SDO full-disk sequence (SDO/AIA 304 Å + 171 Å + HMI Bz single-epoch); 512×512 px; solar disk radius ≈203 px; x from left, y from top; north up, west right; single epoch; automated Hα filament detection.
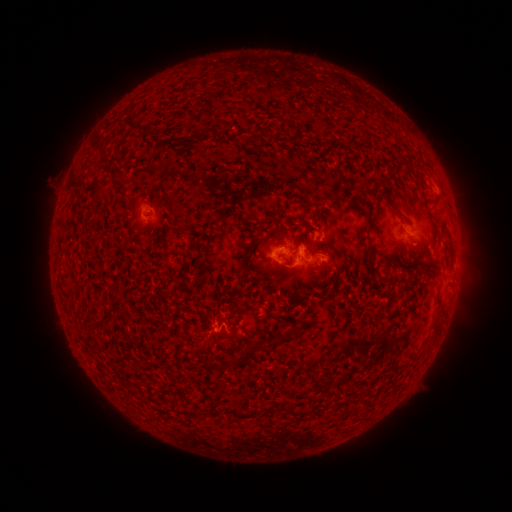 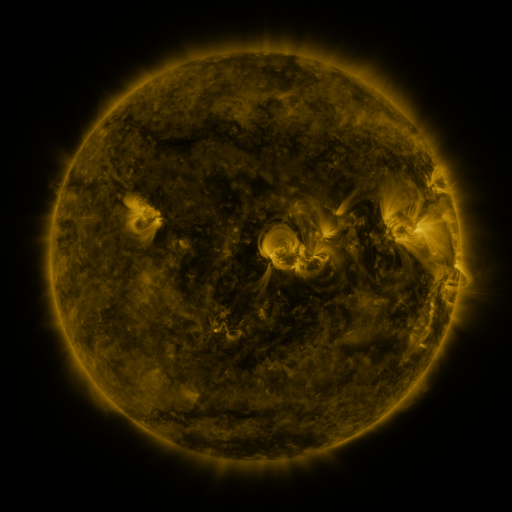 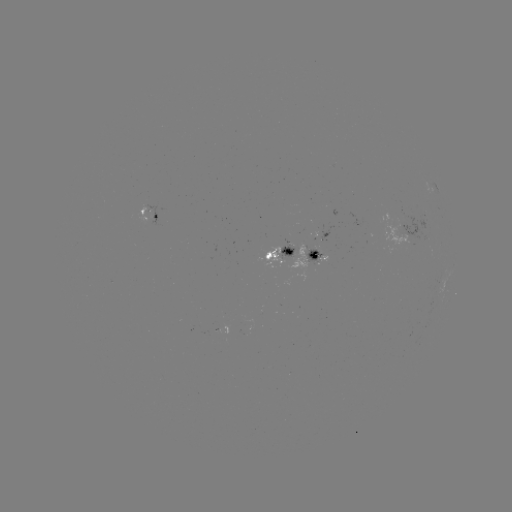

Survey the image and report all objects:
filament: <bbox>123, 119, 144, 134</bbox>
filament: <bbox>182, 128, 207, 142</bbox>
filament: <bbox>93, 142, 102, 152</bbox>
filament: <bbox>416, 172, 427, 186</bbox>
filament: <bbox>178, 222, 196, 231</bbox>
filament: <bbox>284, 247, 294, 256</bbox>
filament: <bbox>240, 253, 250, 268</bbox>
filament: <bbox>228, 276, 246, 313</bbox>
filament: <bbox>433, 307, 442, 326</bbox>
filament: <bbox>90, 311, 113, 332</bbox>
filament: <bbox>253, 335, 284, 352</bbox>
filament: <bbox>339, 372, 351, 384</bbox>
